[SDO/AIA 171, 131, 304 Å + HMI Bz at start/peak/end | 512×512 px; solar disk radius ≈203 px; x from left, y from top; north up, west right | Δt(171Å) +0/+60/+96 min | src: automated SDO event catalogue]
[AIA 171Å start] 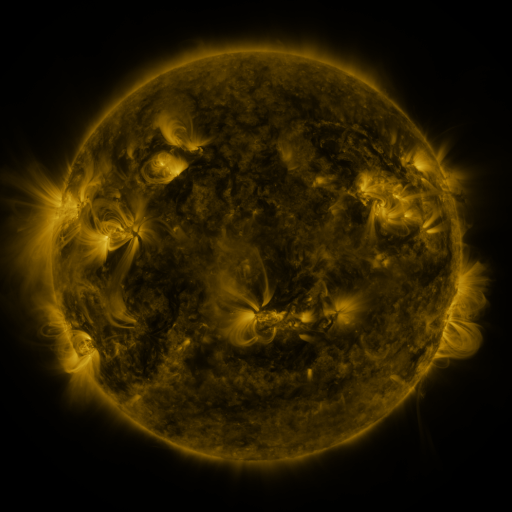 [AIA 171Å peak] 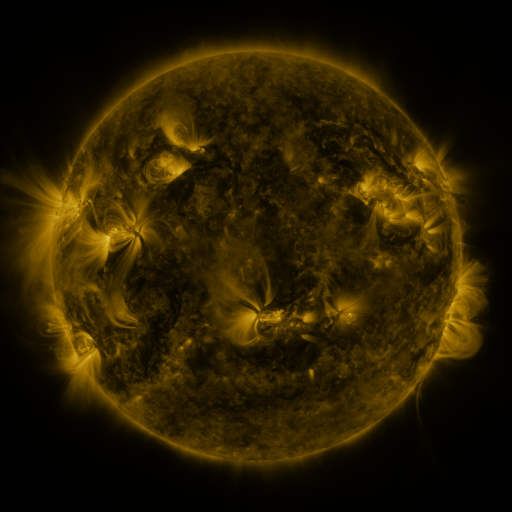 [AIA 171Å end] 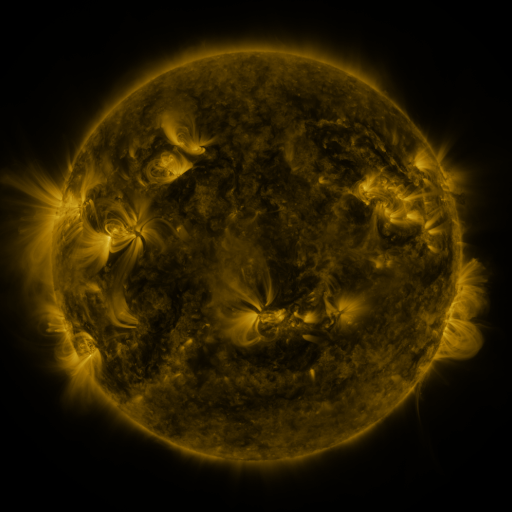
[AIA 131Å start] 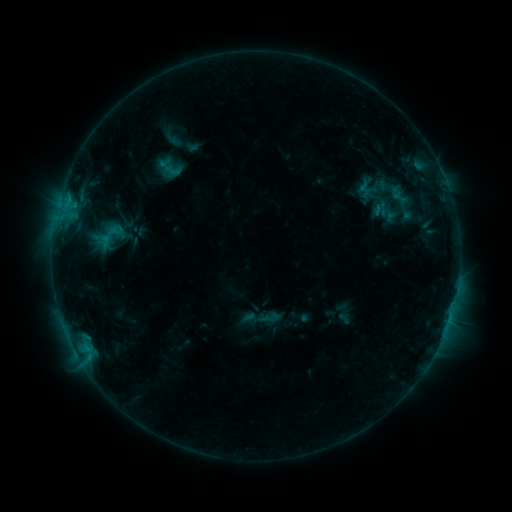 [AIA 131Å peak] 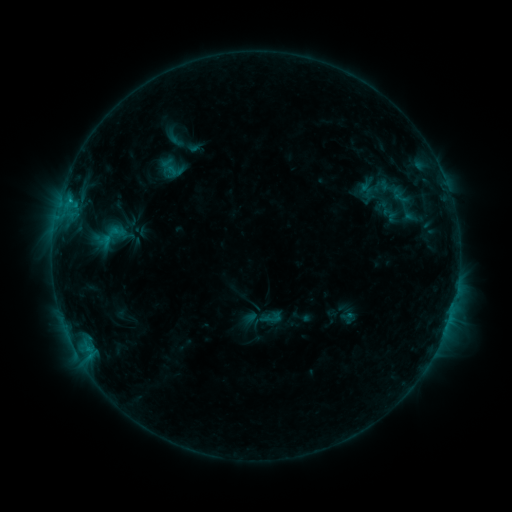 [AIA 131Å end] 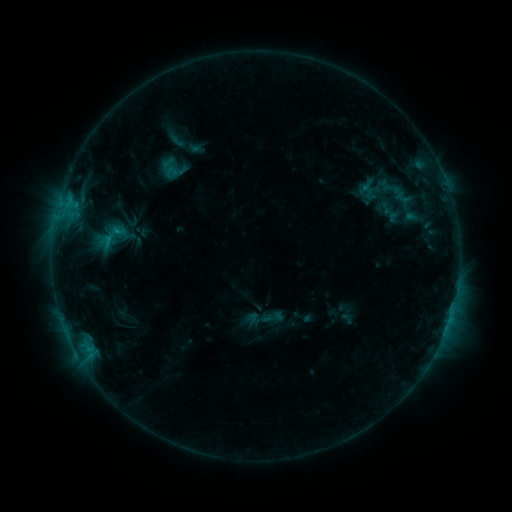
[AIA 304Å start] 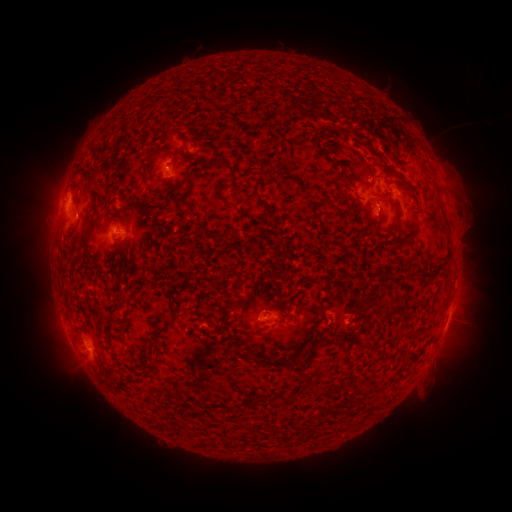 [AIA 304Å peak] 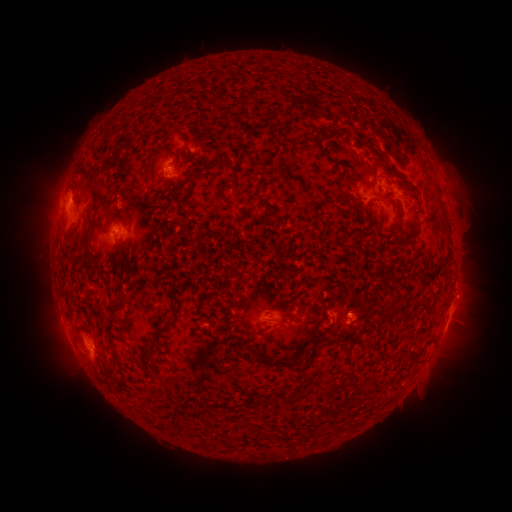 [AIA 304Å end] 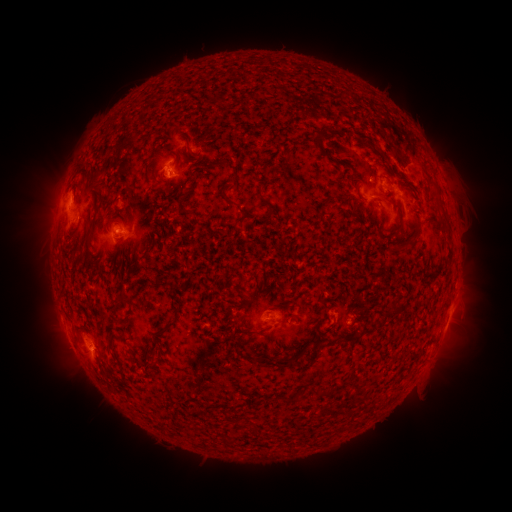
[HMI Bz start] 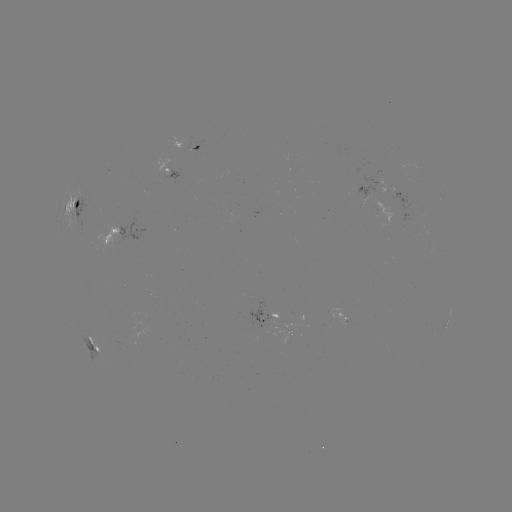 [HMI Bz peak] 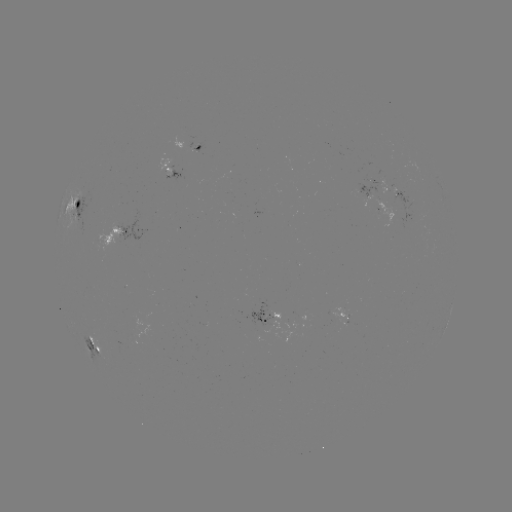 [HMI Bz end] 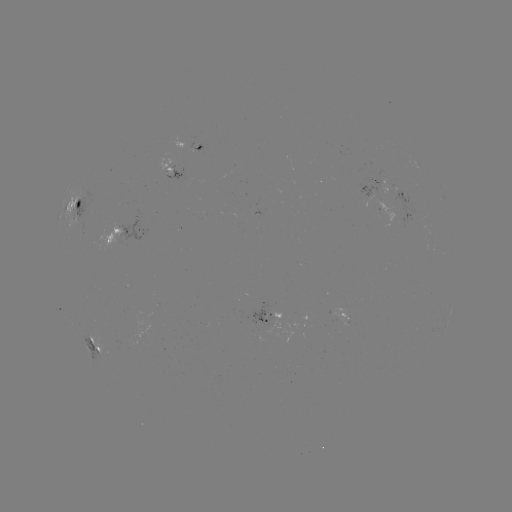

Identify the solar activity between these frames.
emerging-flux region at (380, 204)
